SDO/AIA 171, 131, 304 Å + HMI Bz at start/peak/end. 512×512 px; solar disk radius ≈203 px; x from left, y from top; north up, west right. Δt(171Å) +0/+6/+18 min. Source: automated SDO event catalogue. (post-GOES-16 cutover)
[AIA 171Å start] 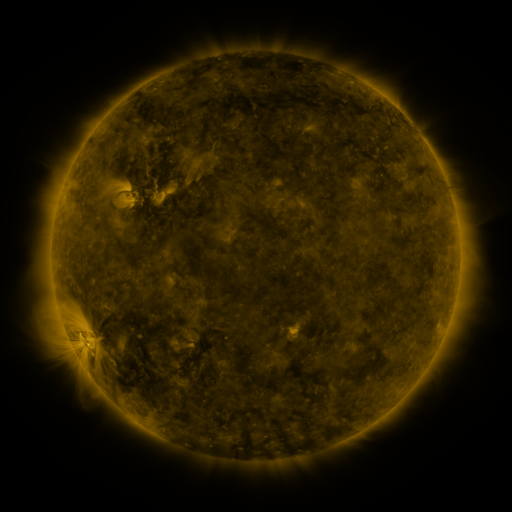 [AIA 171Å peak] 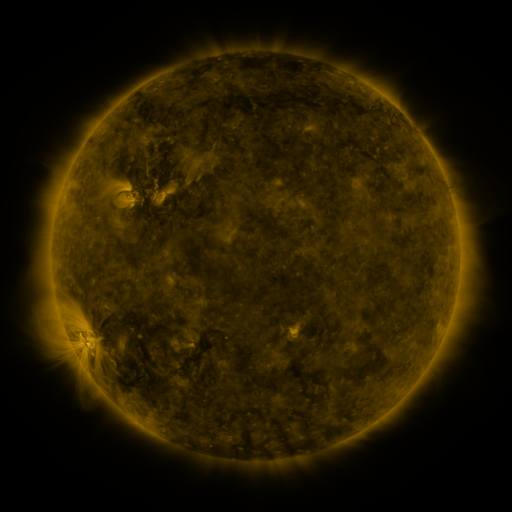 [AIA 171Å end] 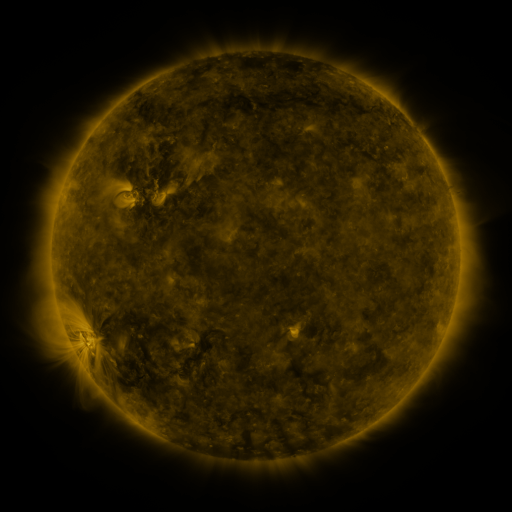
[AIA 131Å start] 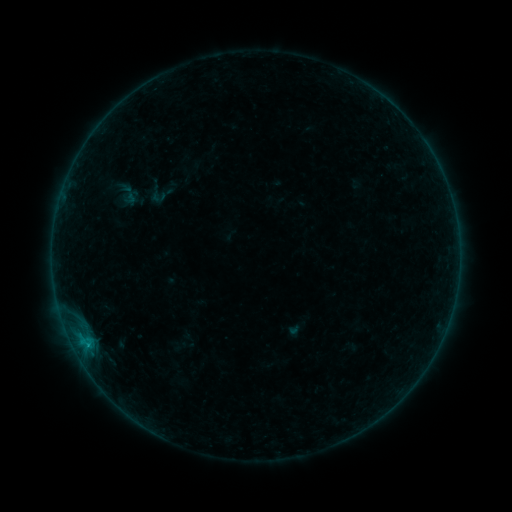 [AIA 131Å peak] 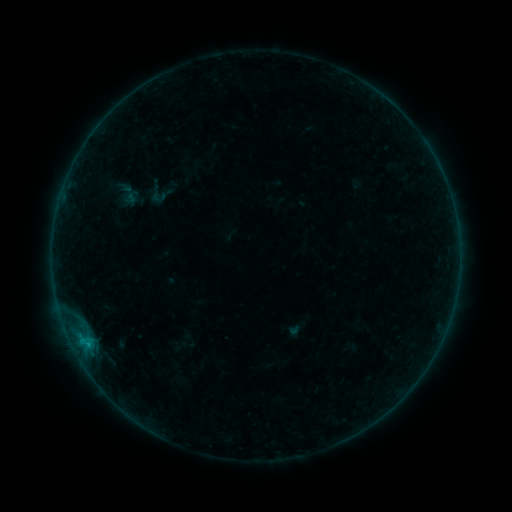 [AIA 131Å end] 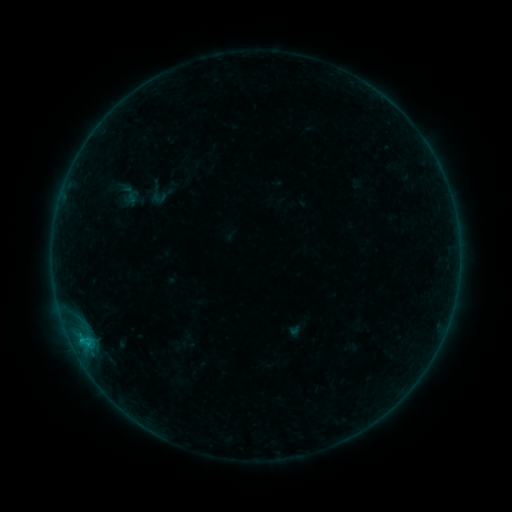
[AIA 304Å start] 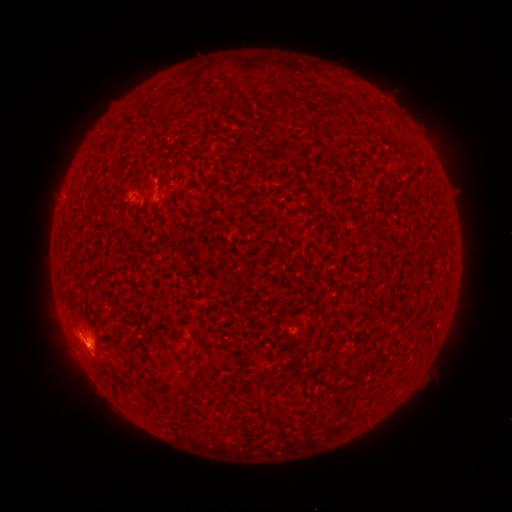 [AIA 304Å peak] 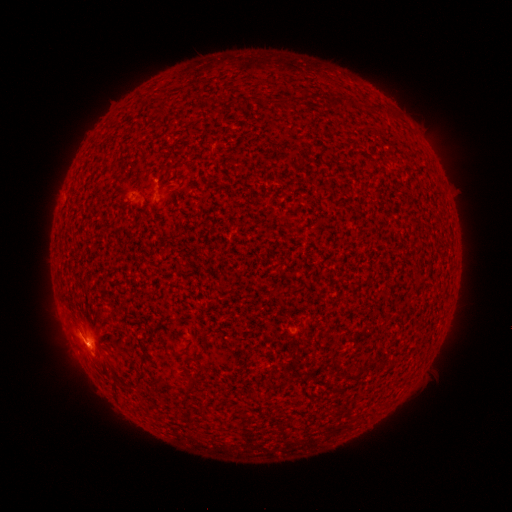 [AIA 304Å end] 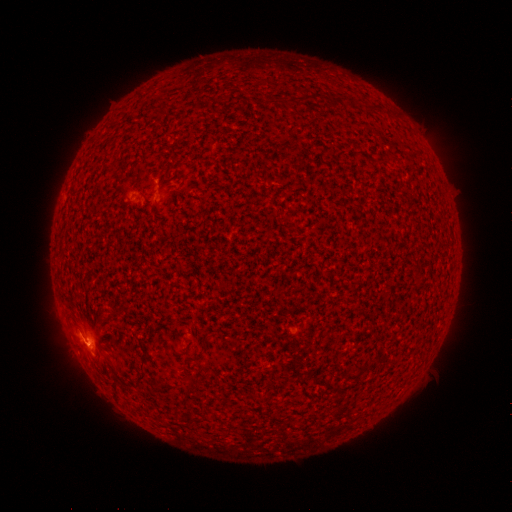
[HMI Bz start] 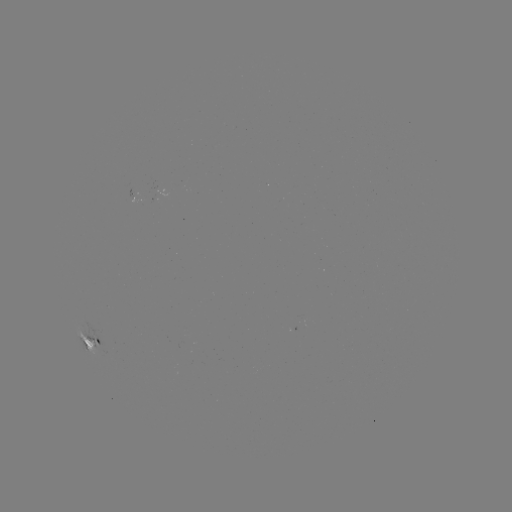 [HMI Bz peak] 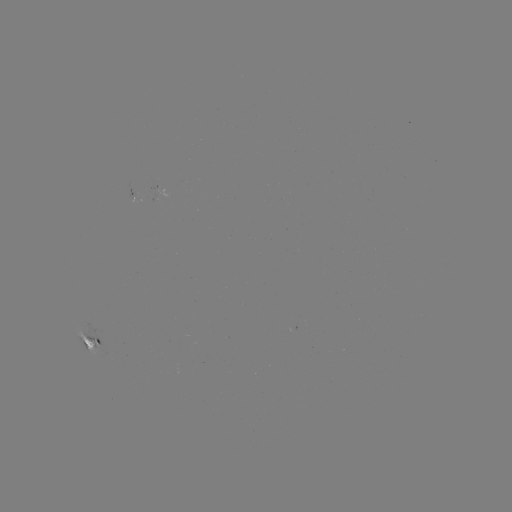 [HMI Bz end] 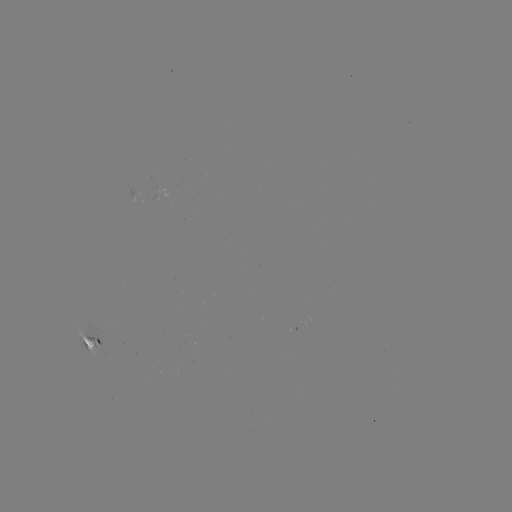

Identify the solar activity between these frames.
B8.1 flare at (83, 340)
